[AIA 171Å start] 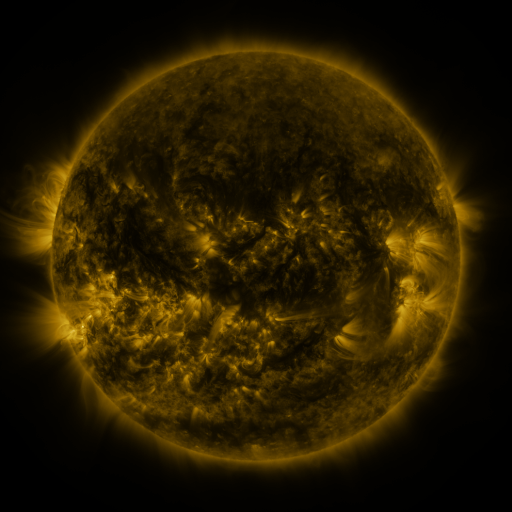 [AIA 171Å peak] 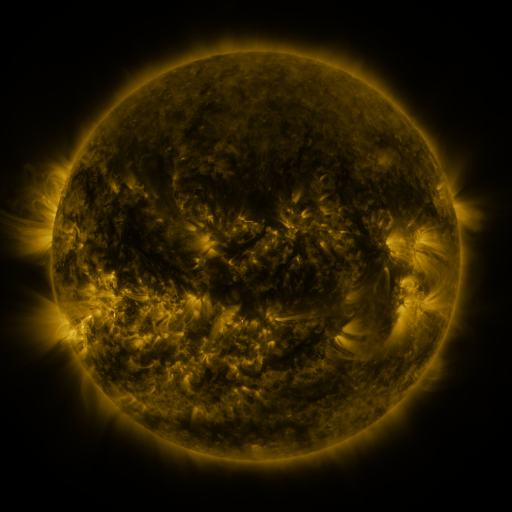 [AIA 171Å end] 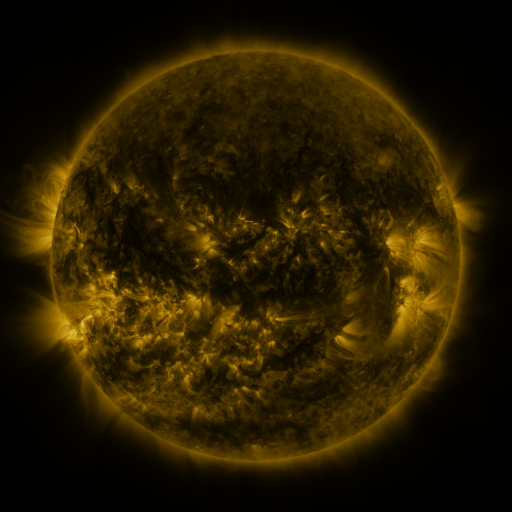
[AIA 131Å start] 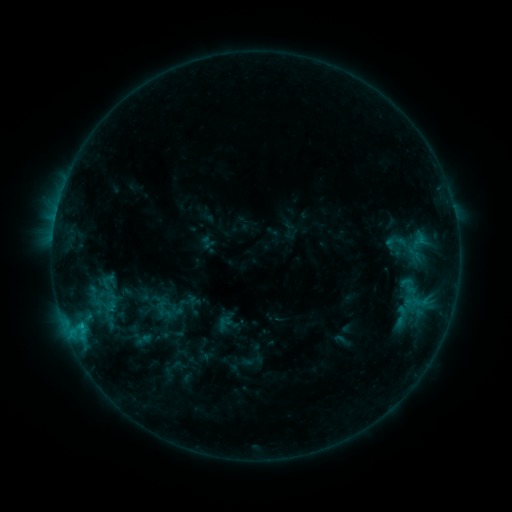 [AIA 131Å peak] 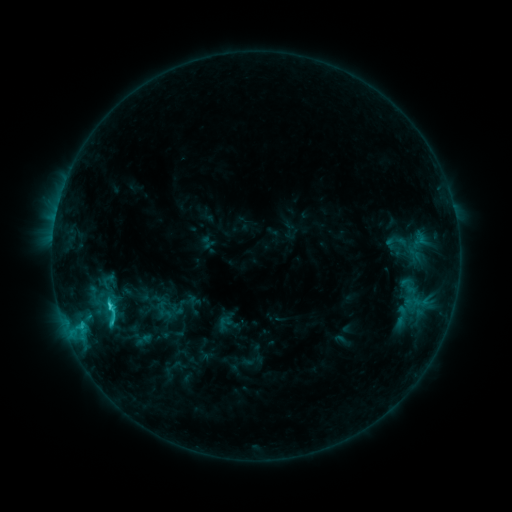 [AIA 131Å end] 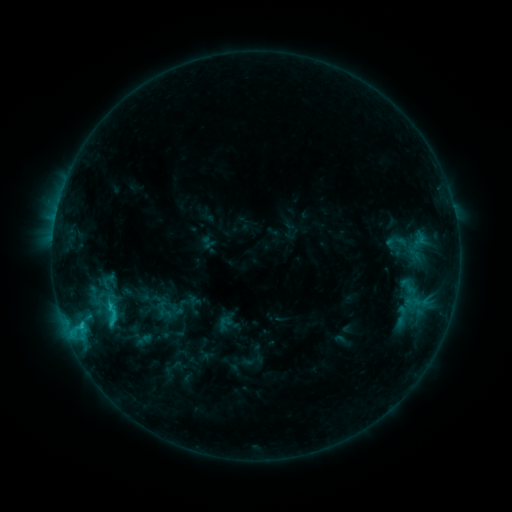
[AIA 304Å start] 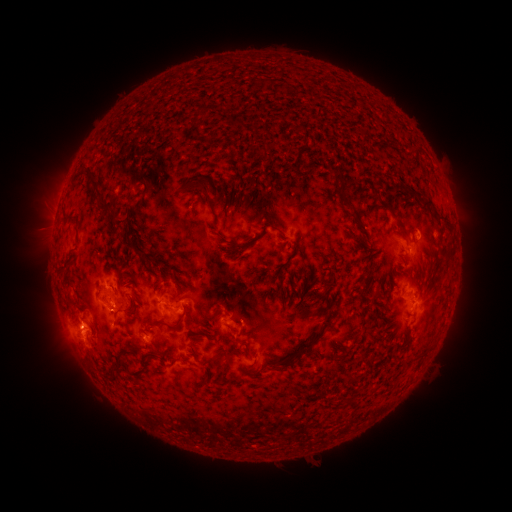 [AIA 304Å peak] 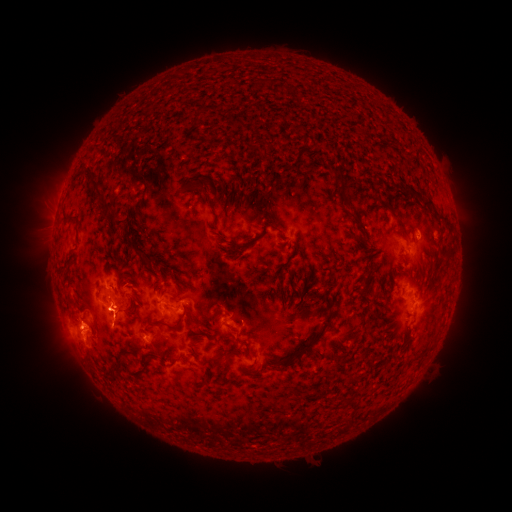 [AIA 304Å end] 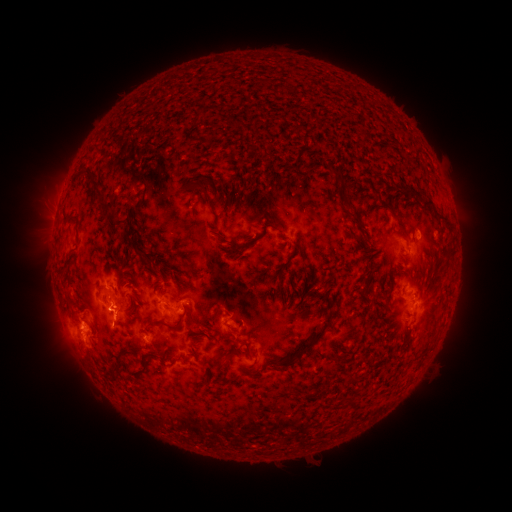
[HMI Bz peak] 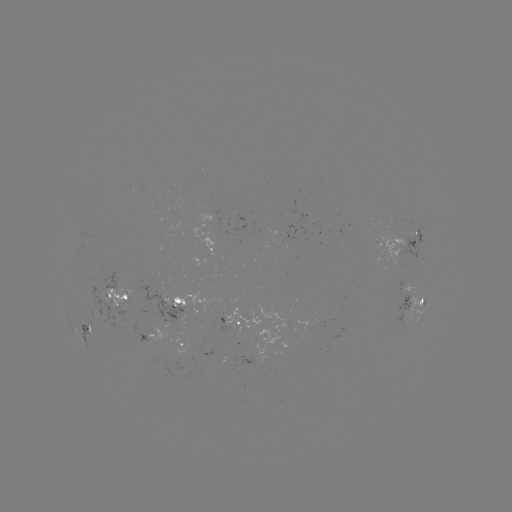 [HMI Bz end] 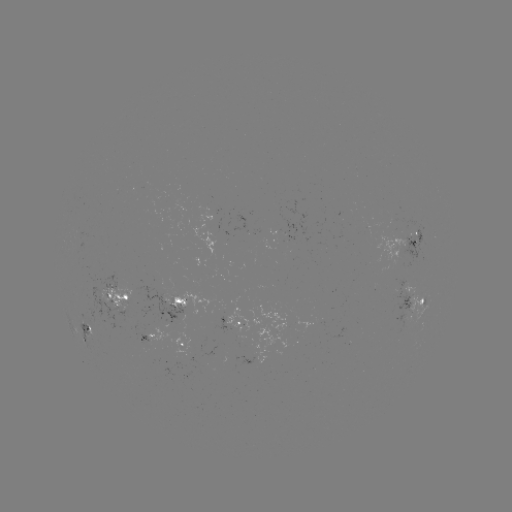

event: flare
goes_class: C2.4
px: (112, 308)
